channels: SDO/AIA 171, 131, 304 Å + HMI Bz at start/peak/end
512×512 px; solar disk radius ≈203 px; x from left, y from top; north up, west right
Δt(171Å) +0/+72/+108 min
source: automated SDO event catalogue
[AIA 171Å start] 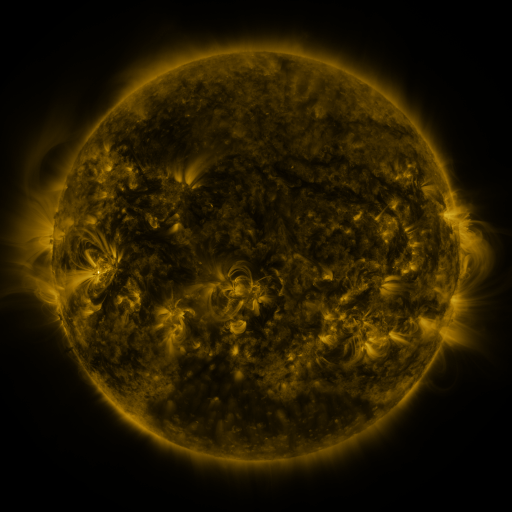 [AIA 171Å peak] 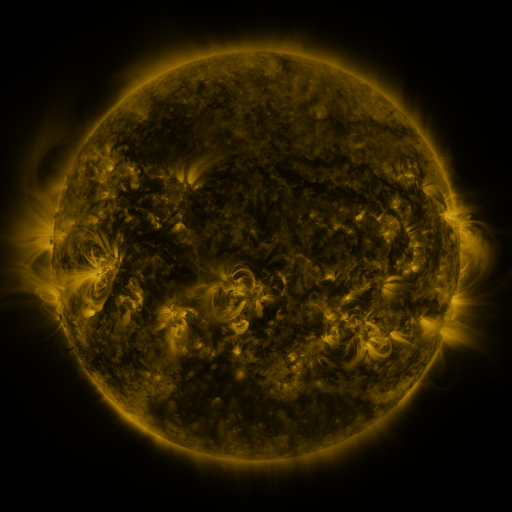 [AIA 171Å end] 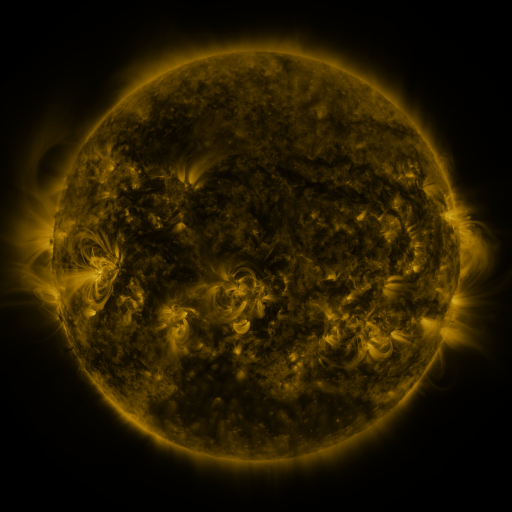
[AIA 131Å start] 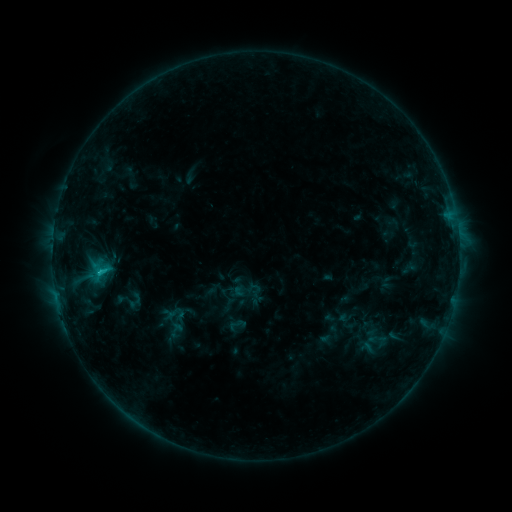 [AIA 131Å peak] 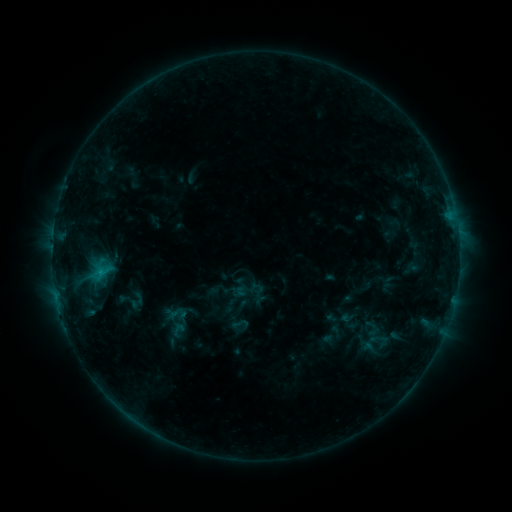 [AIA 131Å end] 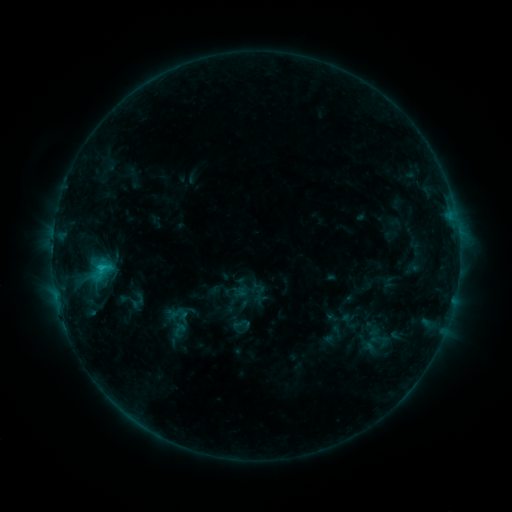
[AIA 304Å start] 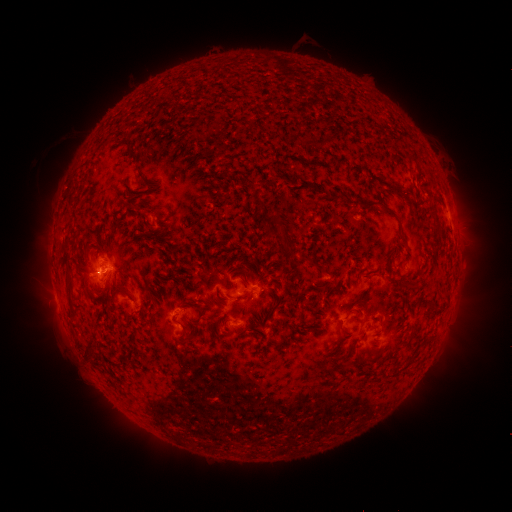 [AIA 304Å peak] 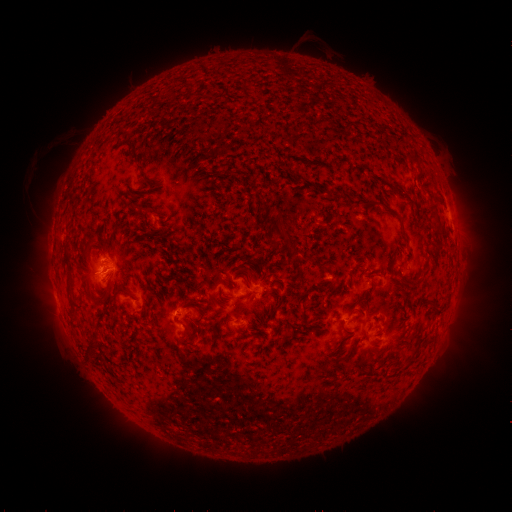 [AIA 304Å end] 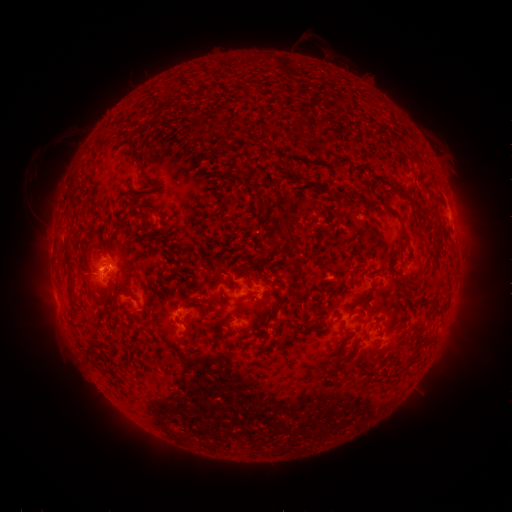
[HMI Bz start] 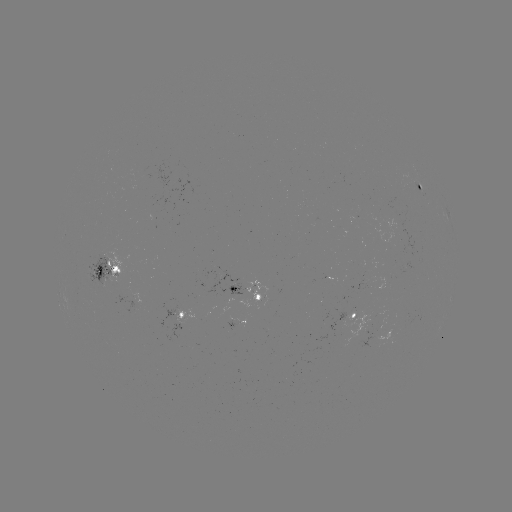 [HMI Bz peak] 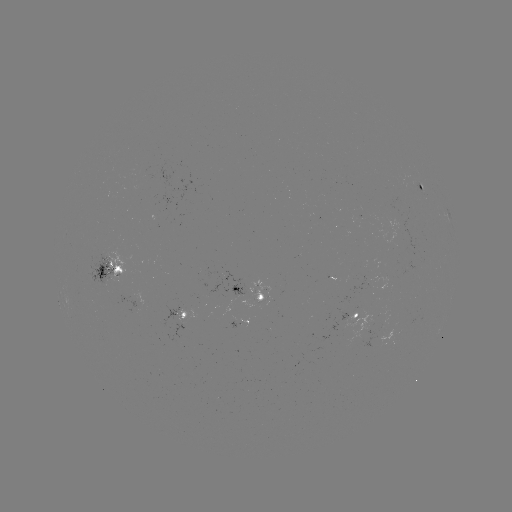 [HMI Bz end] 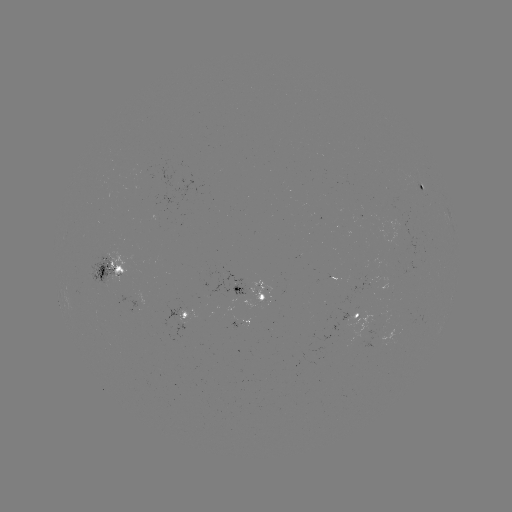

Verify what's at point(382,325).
emerging-flux region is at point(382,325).